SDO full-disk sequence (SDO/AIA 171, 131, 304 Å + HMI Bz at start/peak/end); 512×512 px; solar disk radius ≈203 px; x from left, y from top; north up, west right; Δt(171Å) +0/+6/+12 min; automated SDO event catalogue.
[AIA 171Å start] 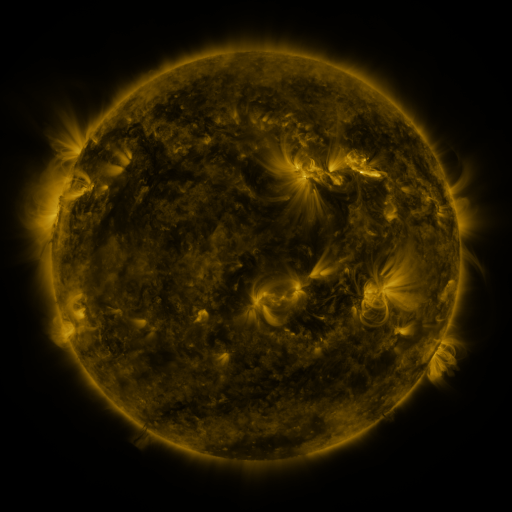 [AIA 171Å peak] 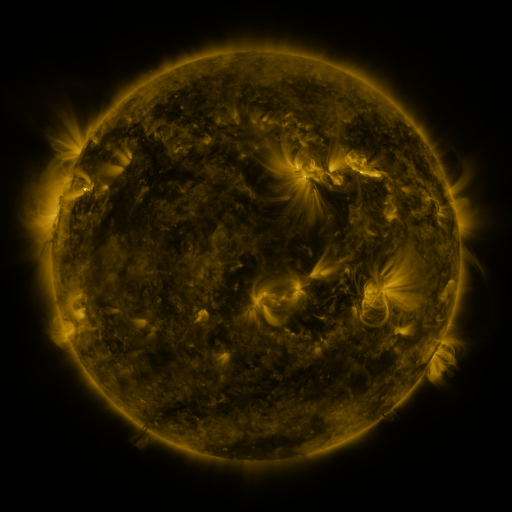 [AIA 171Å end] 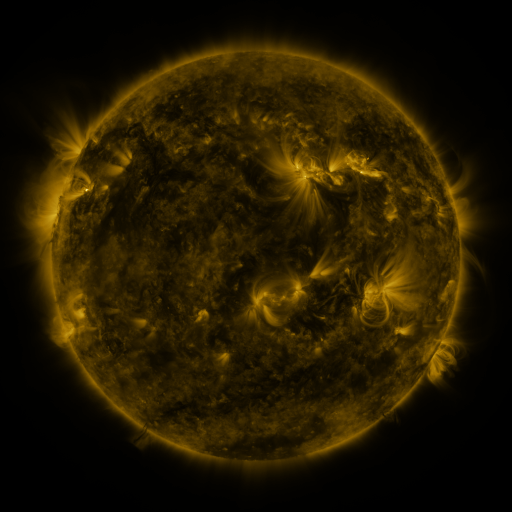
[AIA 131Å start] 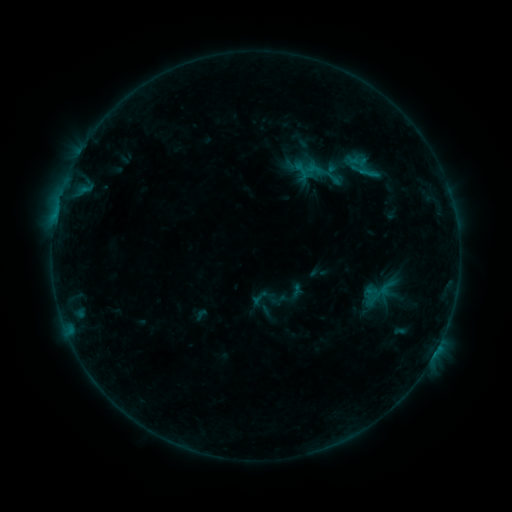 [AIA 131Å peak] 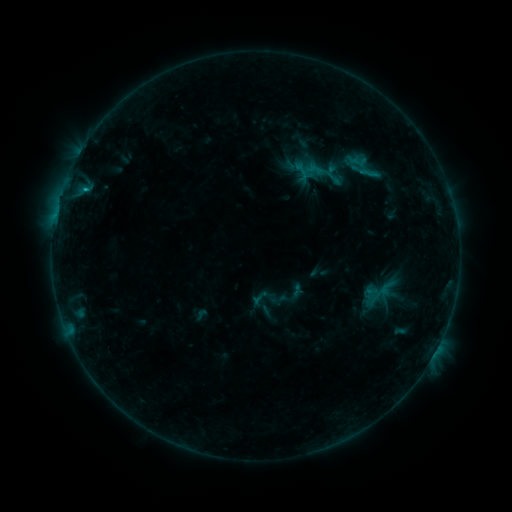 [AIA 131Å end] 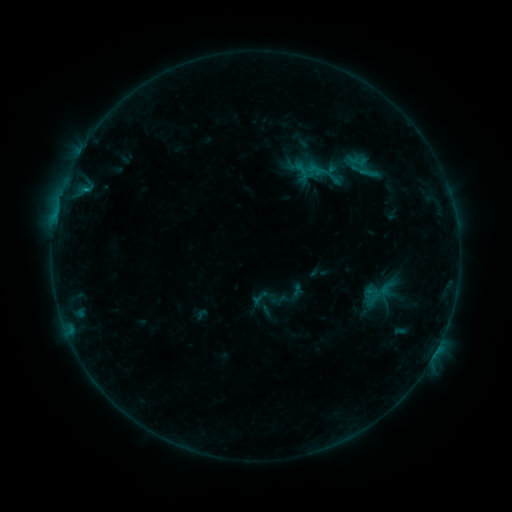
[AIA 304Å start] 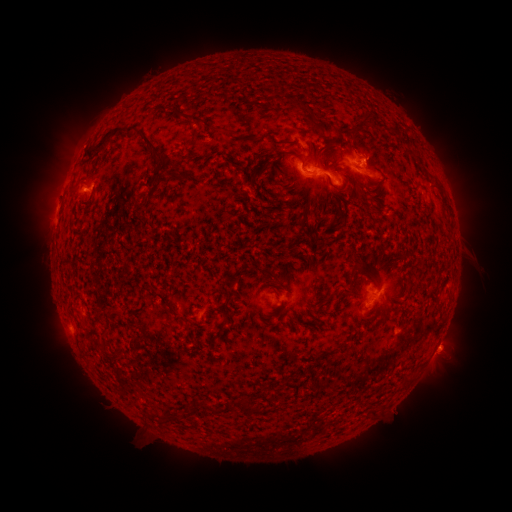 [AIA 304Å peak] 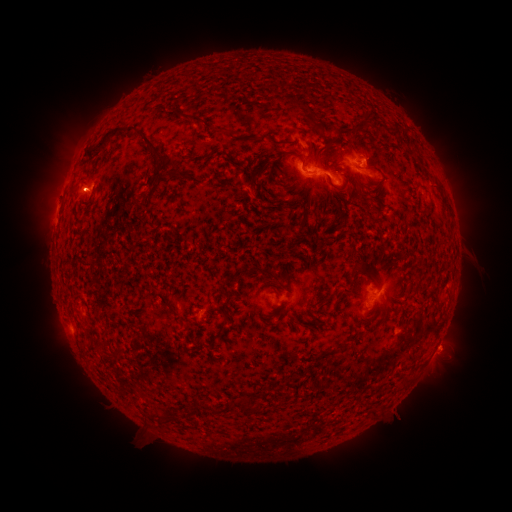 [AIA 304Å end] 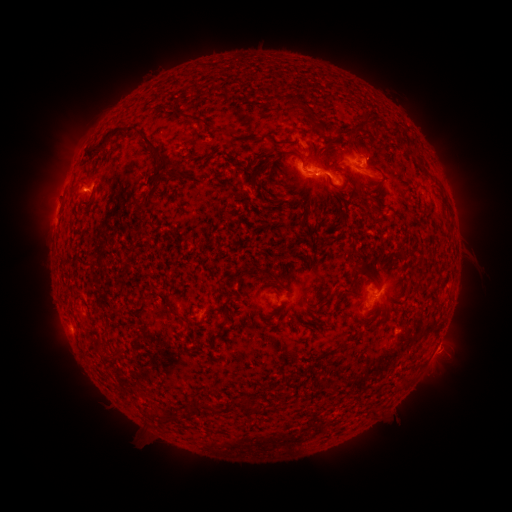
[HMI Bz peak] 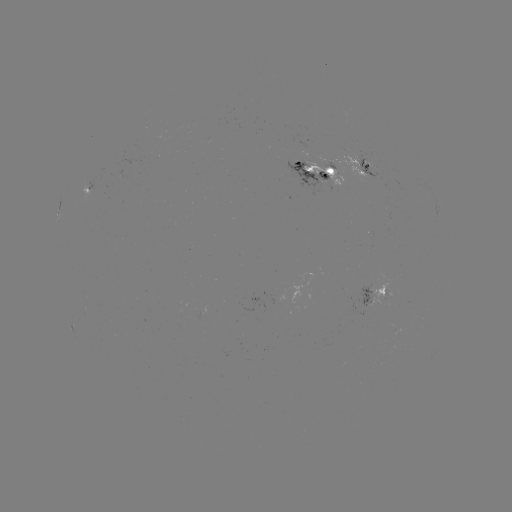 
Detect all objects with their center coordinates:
C1.2 flare: (87, 190)
